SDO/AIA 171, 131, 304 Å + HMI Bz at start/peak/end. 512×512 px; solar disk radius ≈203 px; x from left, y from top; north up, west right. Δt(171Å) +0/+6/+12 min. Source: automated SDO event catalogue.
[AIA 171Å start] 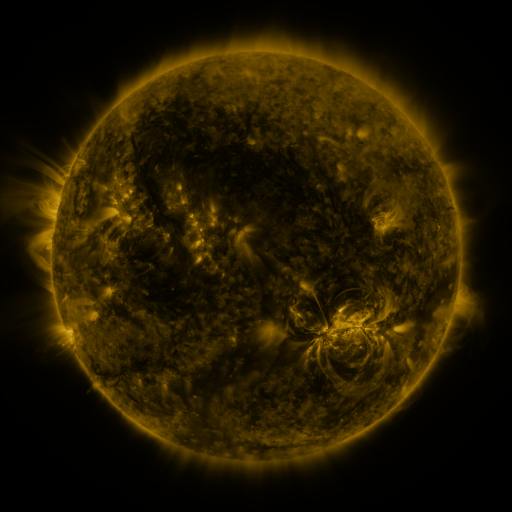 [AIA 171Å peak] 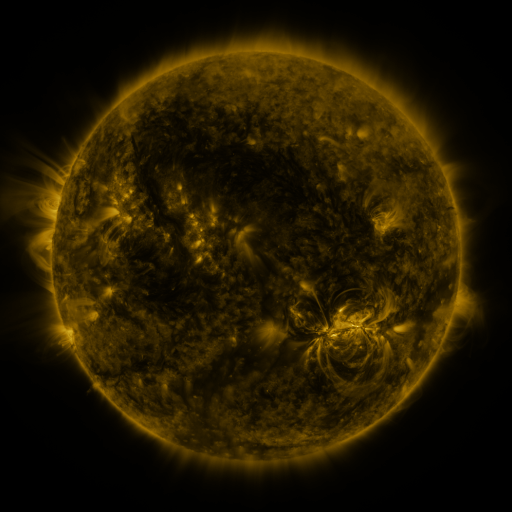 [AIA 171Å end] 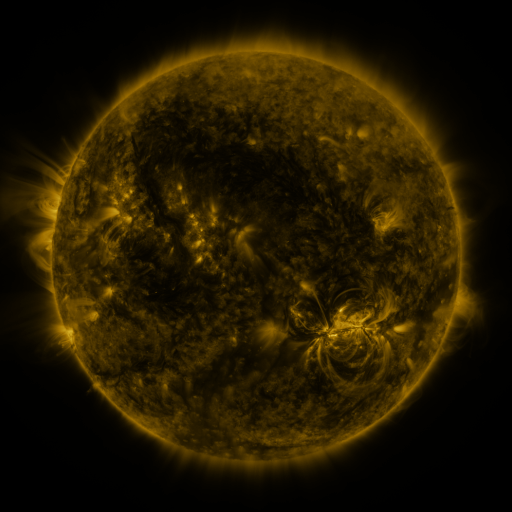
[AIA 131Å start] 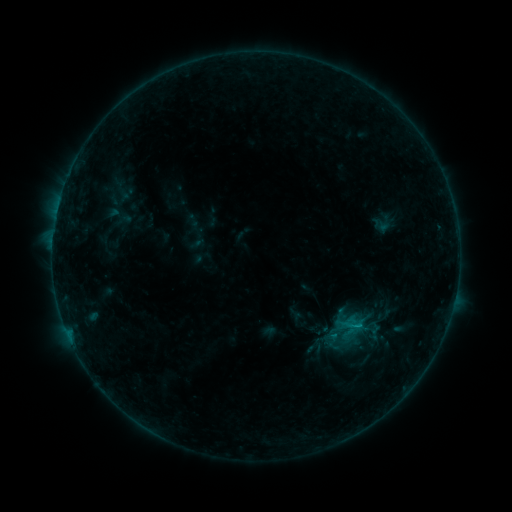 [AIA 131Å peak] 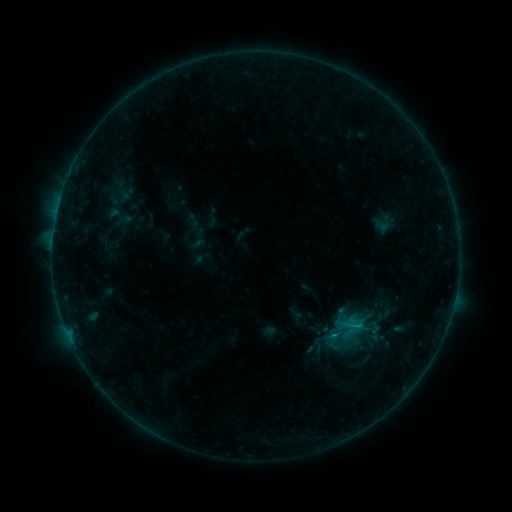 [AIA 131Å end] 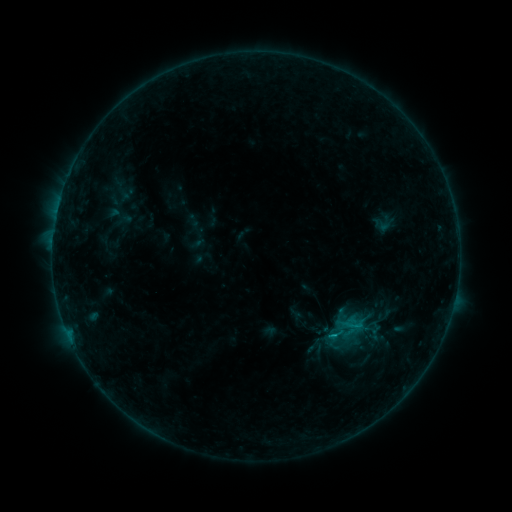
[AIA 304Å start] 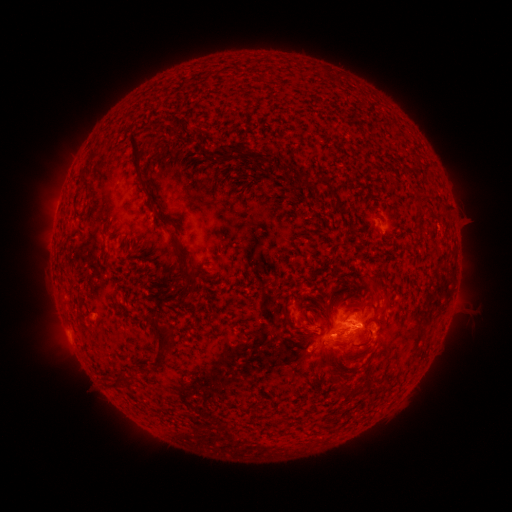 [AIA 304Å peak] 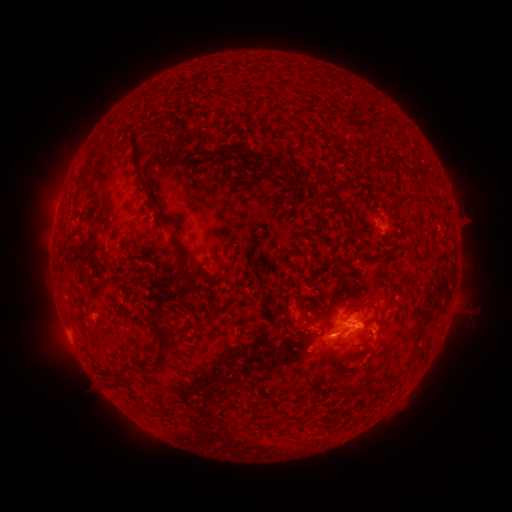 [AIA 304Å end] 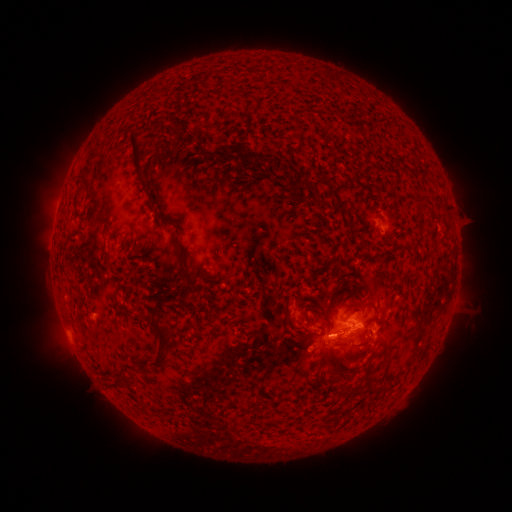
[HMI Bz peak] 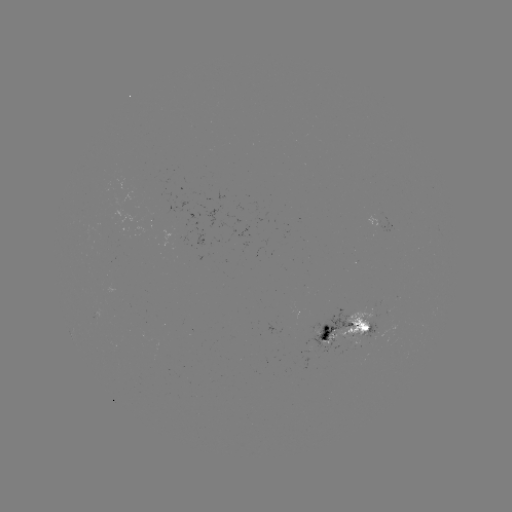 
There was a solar flare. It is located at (332, 333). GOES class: B8.6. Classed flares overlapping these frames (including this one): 1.